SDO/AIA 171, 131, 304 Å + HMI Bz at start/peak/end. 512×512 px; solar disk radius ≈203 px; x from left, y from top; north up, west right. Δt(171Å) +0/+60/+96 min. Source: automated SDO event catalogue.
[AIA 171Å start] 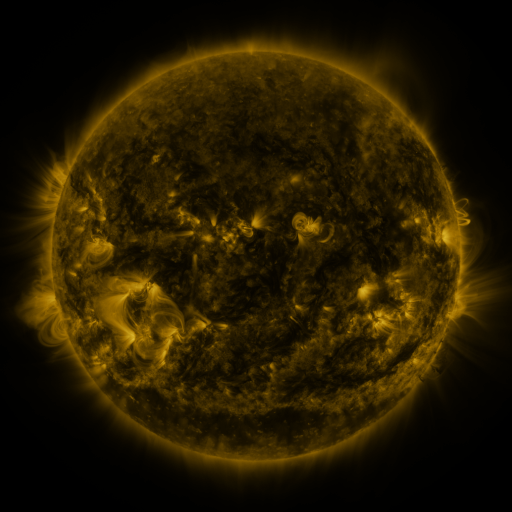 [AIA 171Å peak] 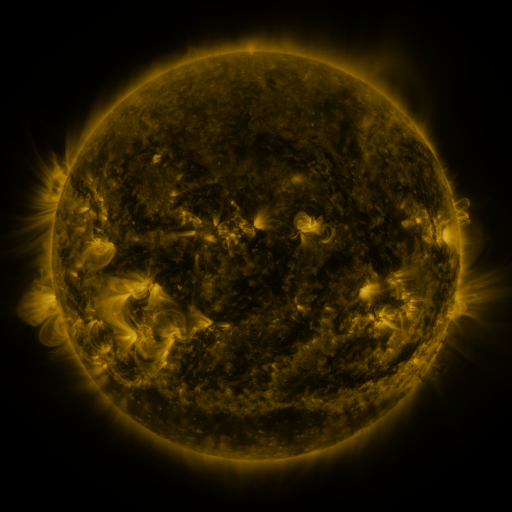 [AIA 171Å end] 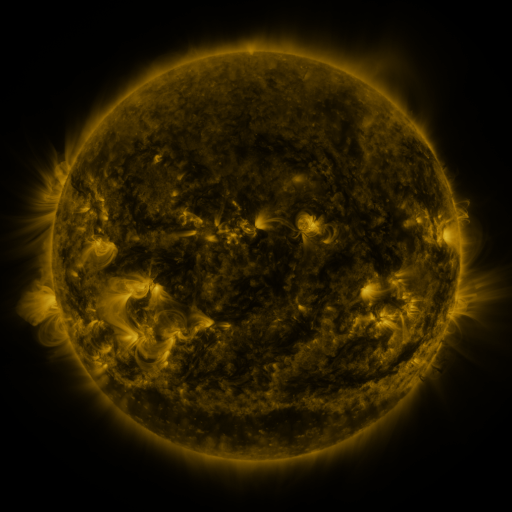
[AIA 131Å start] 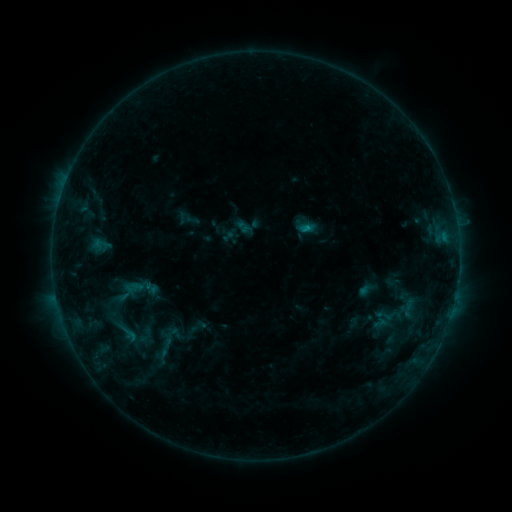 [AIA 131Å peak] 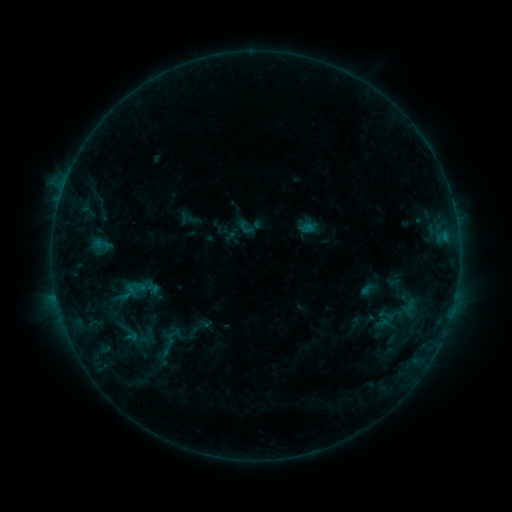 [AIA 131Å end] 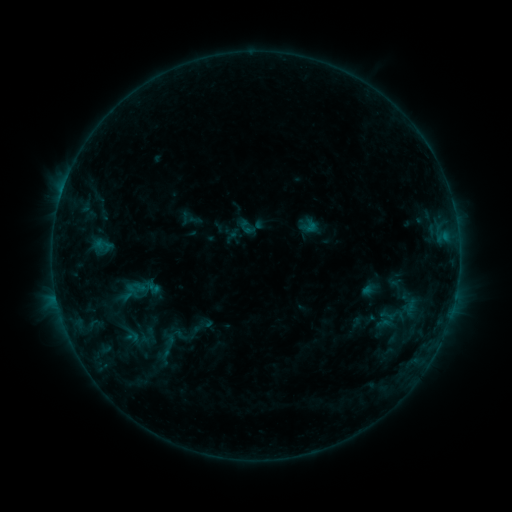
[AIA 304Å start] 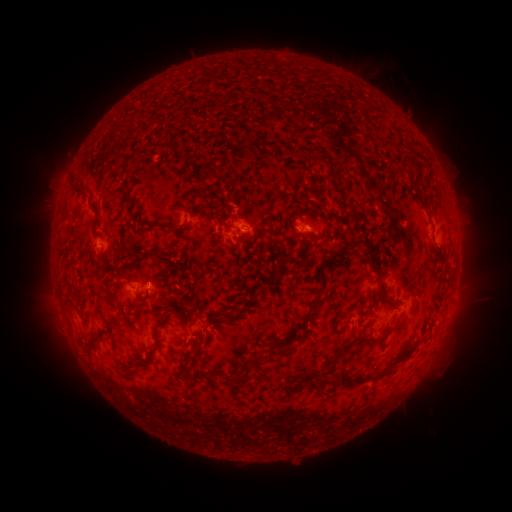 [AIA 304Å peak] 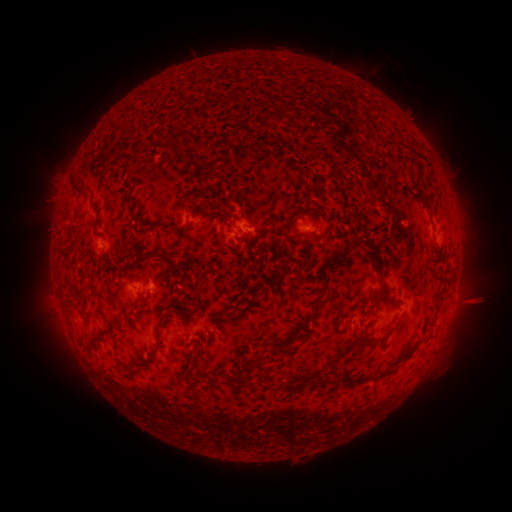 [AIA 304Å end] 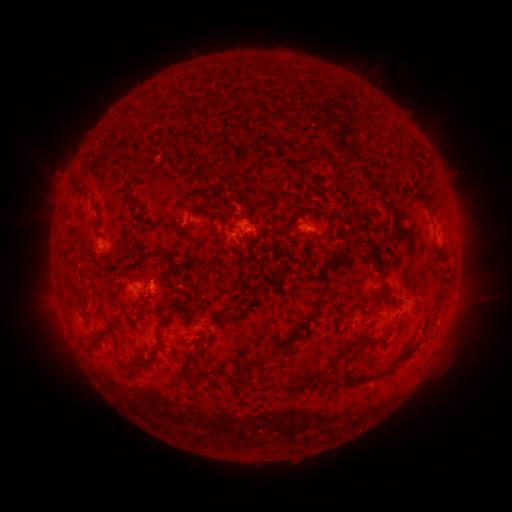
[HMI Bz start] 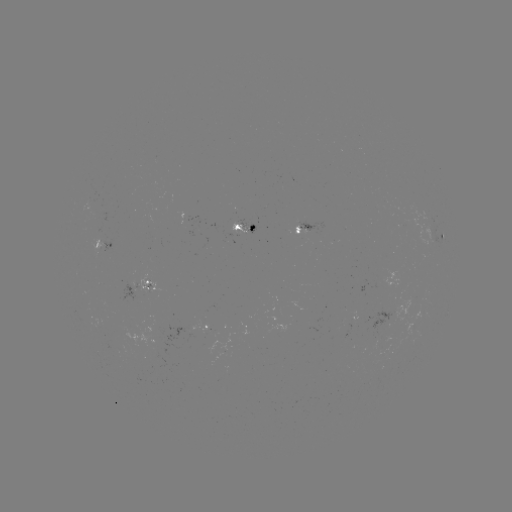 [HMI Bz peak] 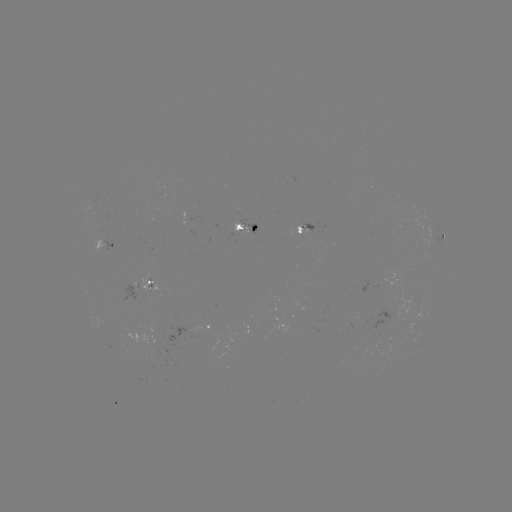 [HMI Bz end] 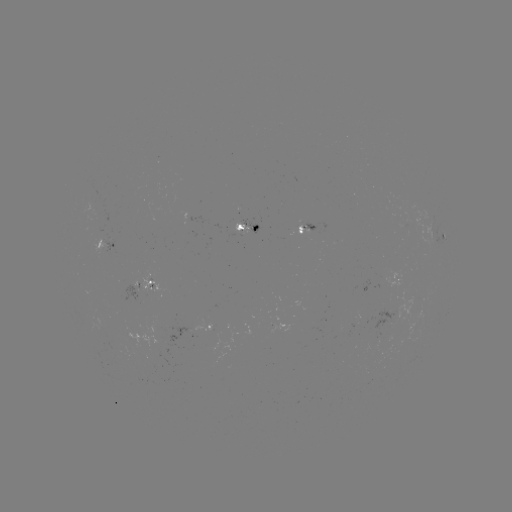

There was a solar emerging-flux region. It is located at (169, 344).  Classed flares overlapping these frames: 1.